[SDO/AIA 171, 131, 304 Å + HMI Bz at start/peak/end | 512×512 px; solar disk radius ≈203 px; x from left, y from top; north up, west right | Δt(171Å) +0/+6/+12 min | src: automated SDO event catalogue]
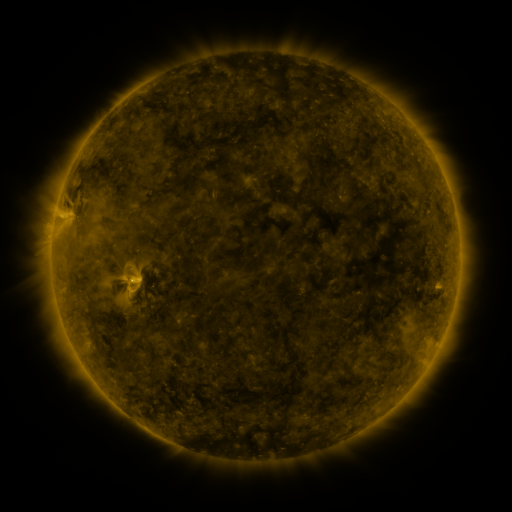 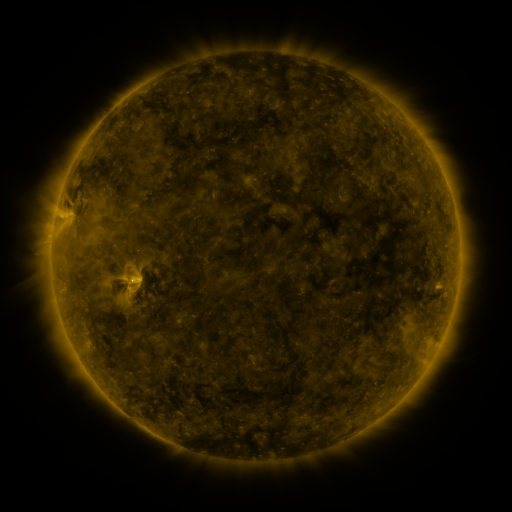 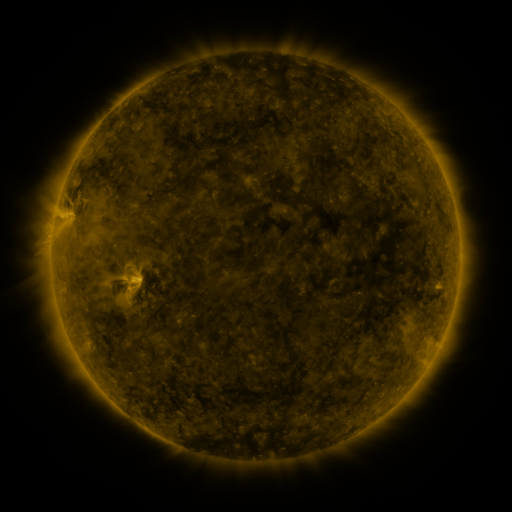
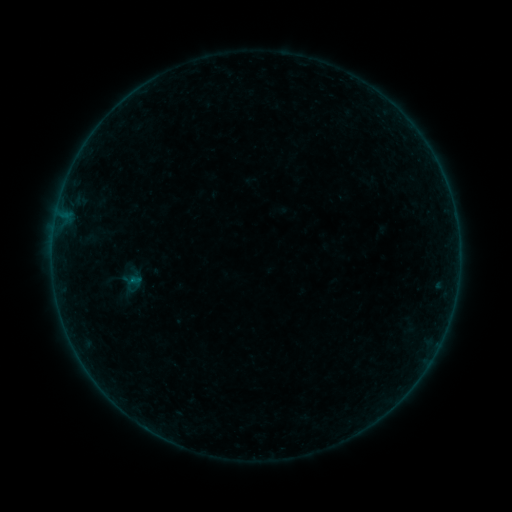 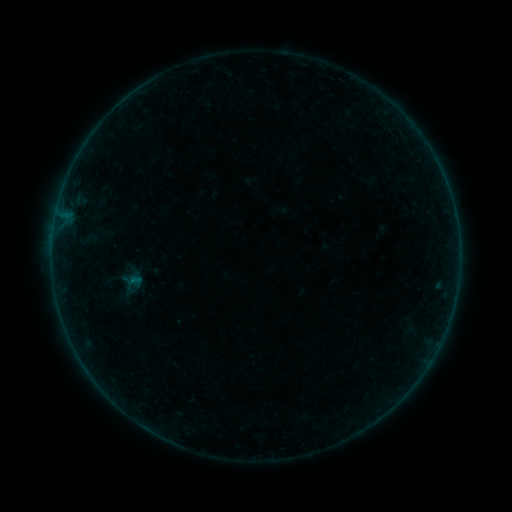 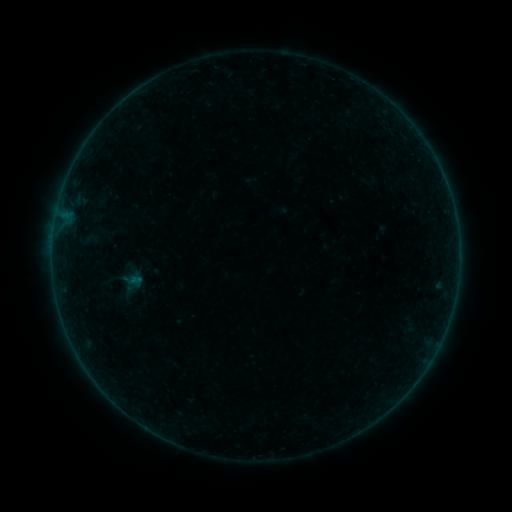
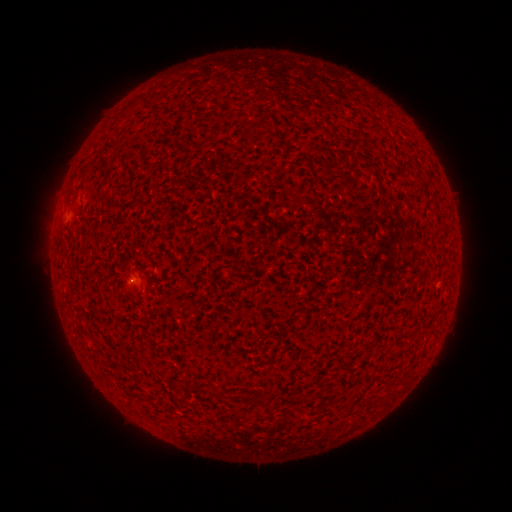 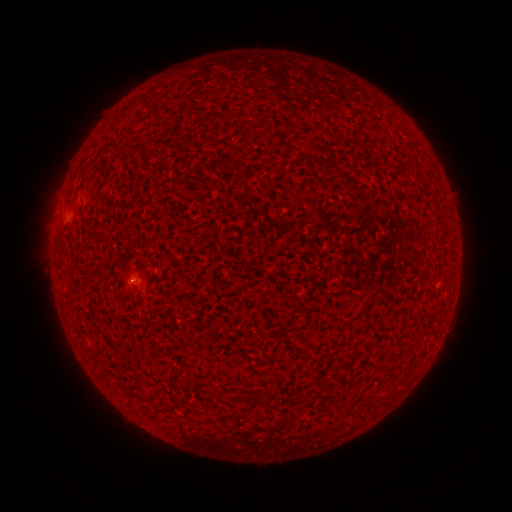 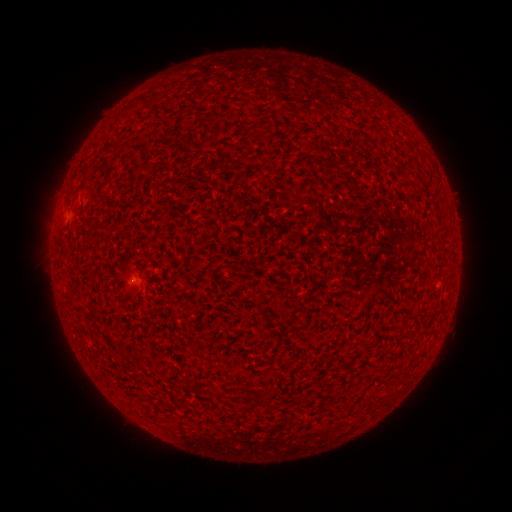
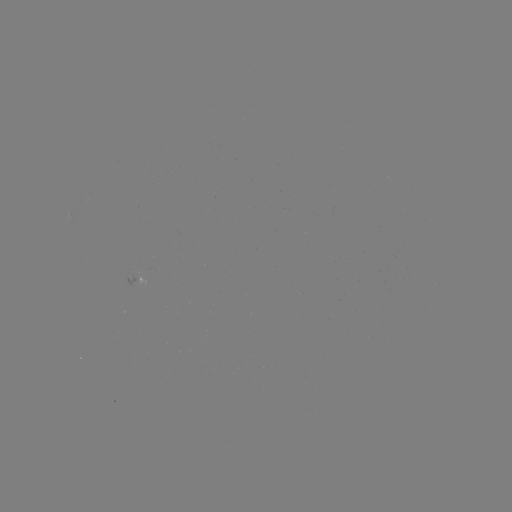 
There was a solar flare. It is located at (132, 281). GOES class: A1.1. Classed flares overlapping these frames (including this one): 1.